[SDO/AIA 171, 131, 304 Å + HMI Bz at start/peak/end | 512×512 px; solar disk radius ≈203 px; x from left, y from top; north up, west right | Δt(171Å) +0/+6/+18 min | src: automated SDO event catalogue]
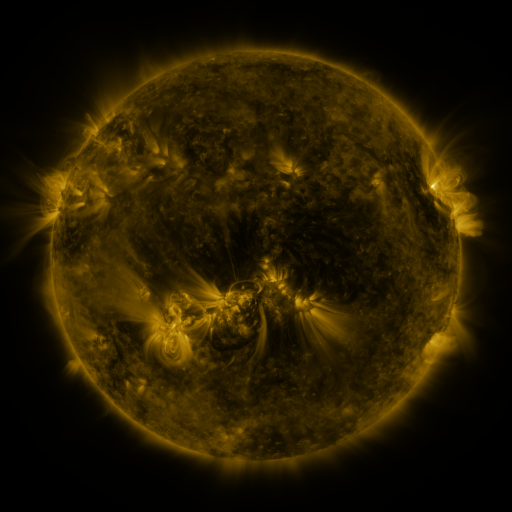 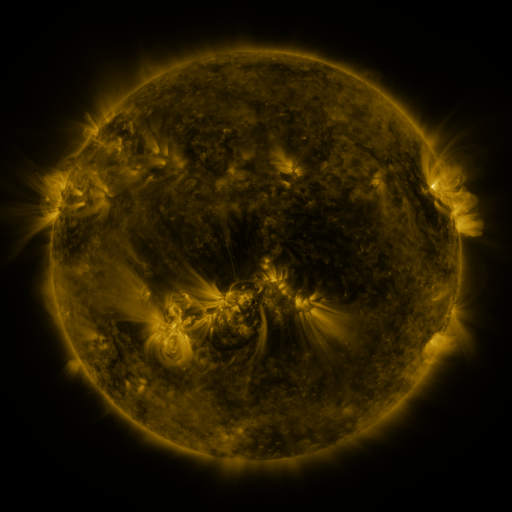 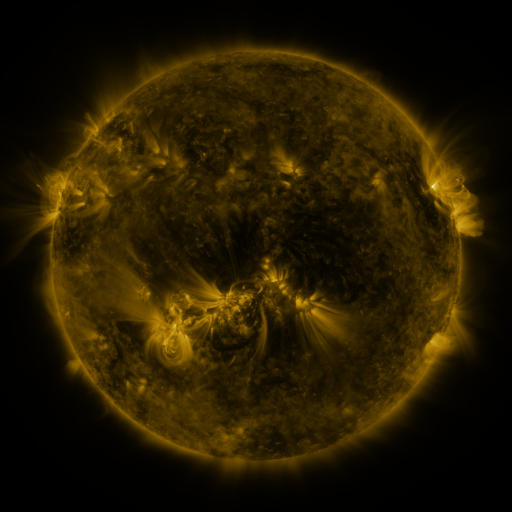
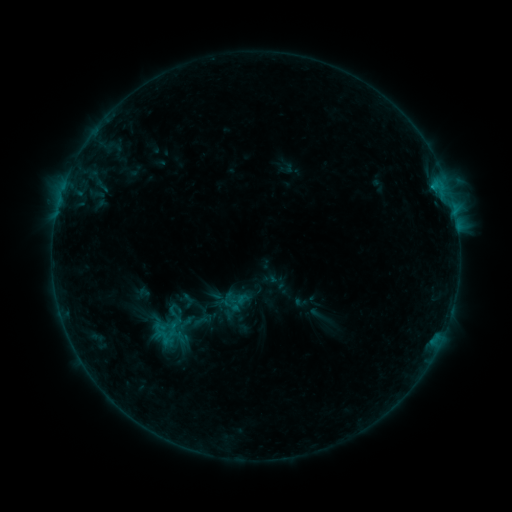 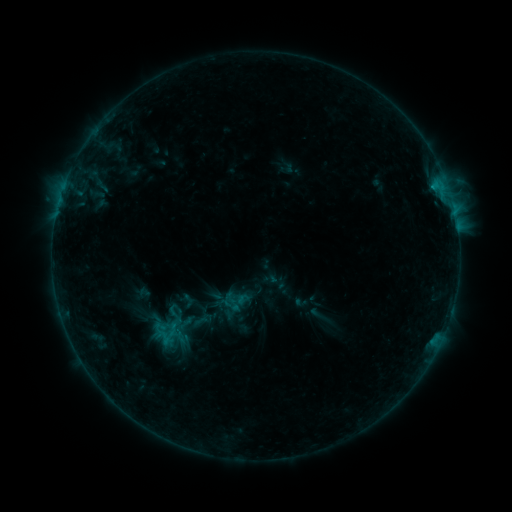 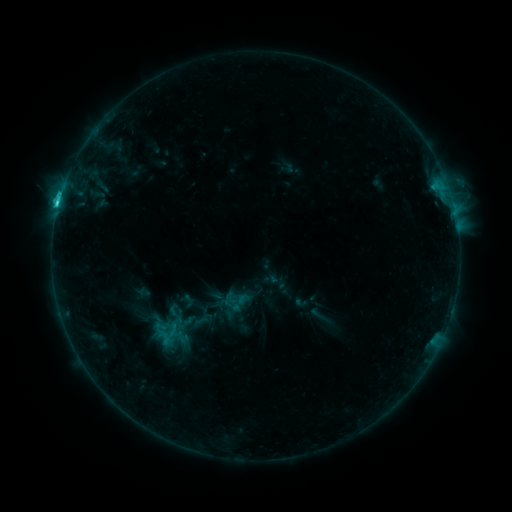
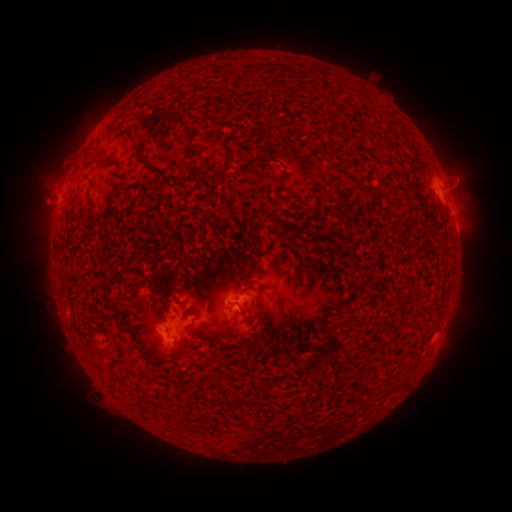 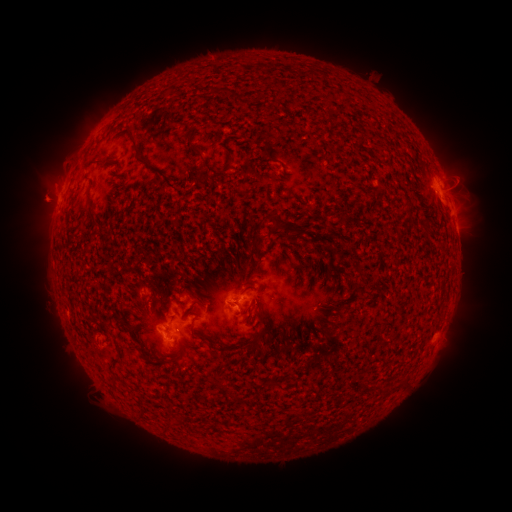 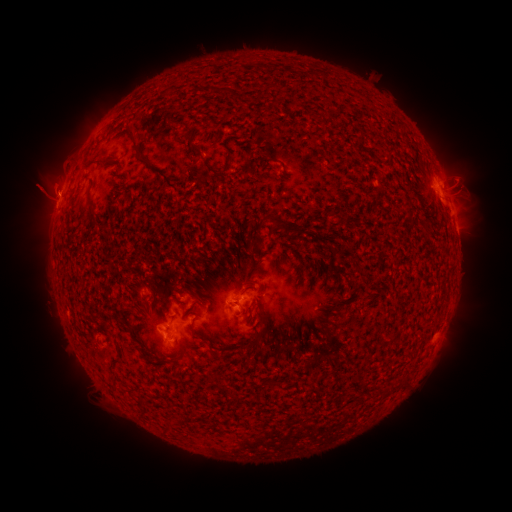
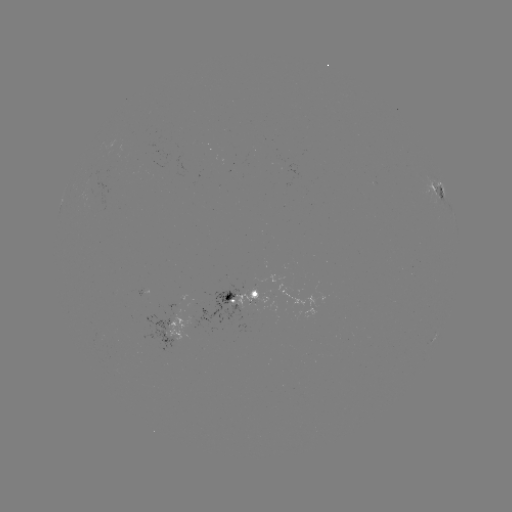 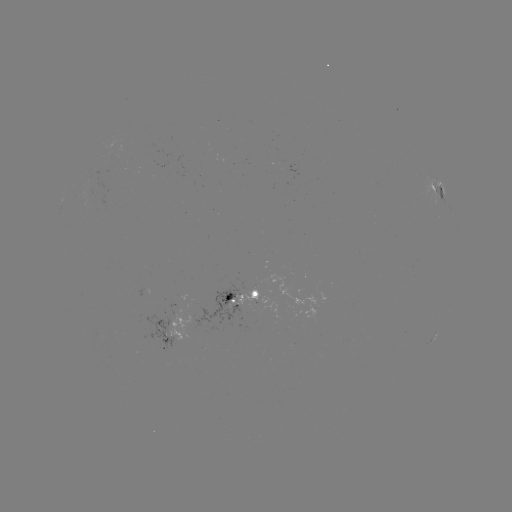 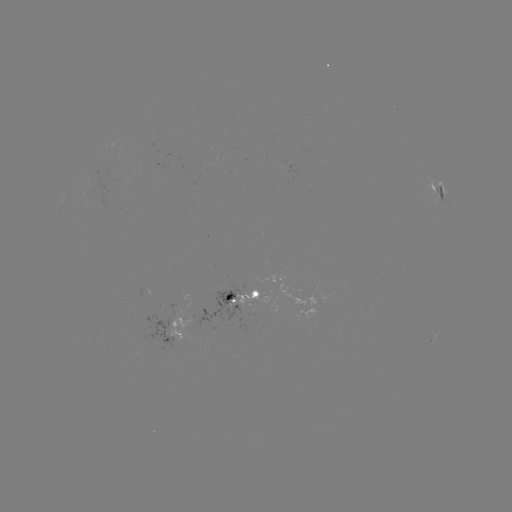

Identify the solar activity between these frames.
eruption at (39, 196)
